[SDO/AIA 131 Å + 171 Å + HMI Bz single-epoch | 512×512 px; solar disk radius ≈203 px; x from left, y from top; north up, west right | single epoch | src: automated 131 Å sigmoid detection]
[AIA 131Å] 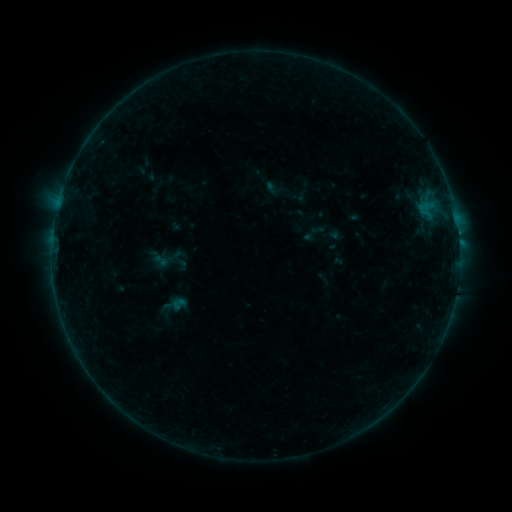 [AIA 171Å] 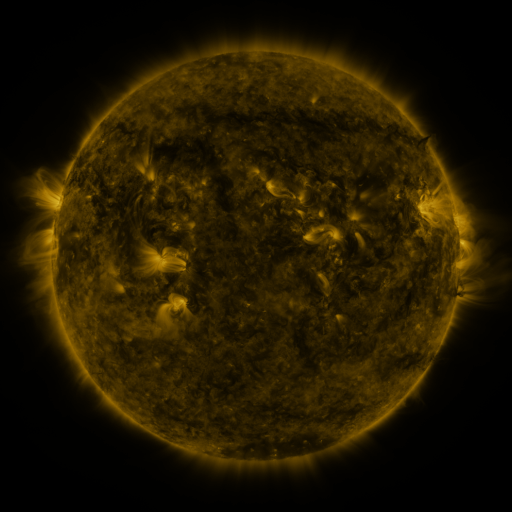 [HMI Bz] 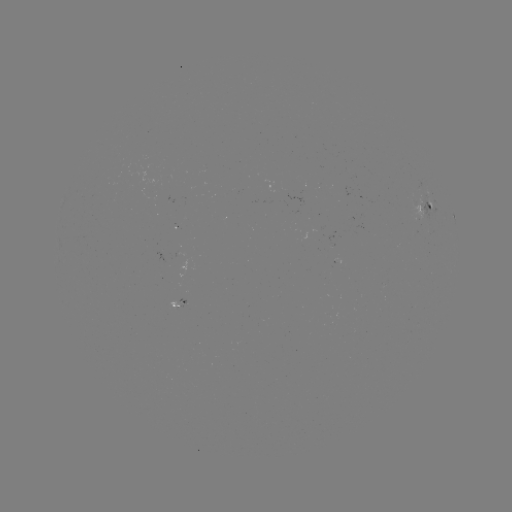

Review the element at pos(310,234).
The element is sigmoid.